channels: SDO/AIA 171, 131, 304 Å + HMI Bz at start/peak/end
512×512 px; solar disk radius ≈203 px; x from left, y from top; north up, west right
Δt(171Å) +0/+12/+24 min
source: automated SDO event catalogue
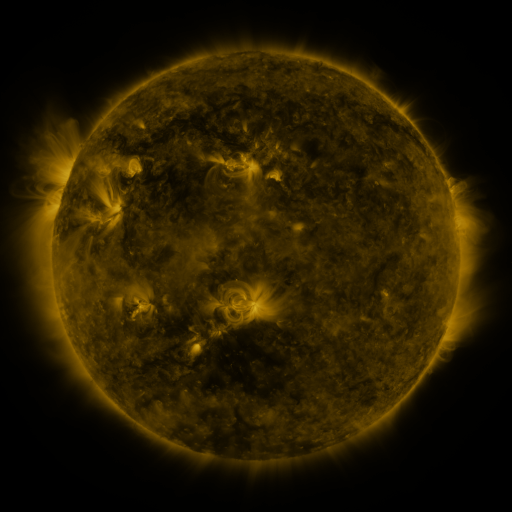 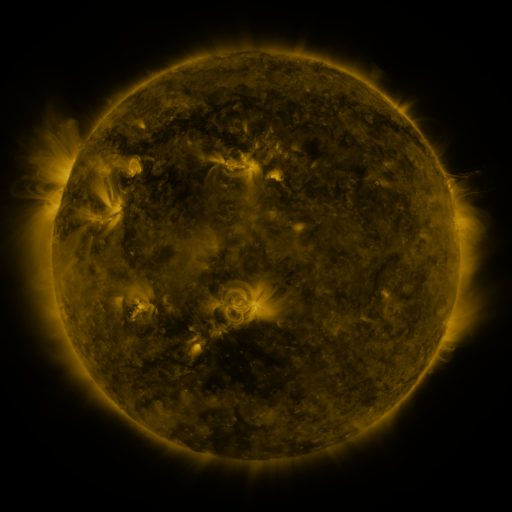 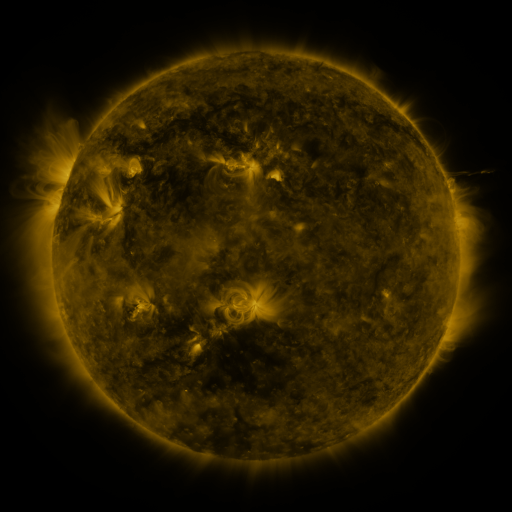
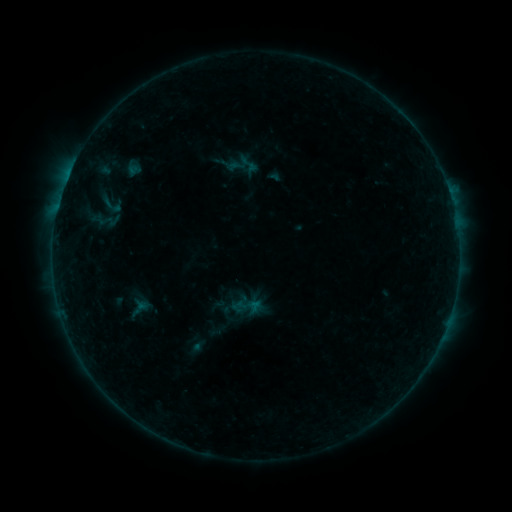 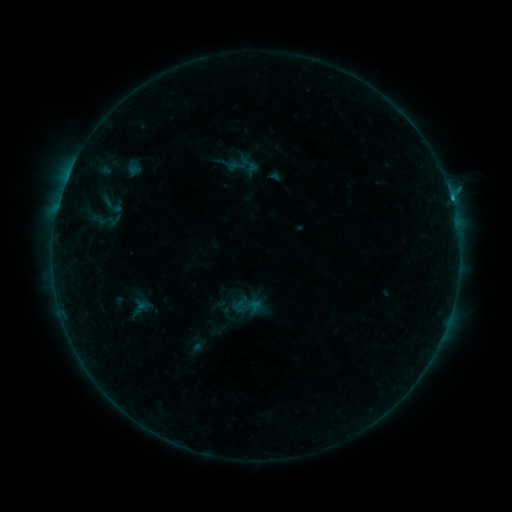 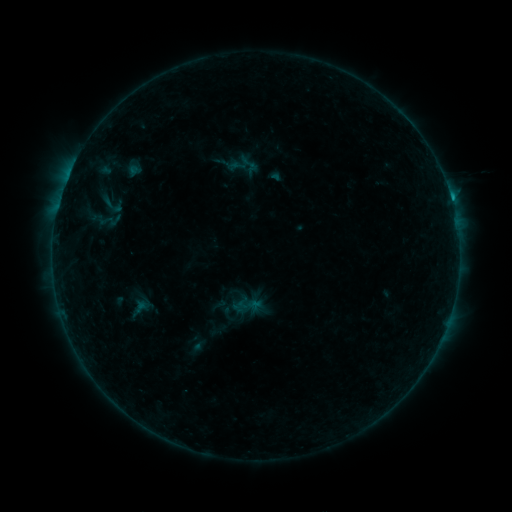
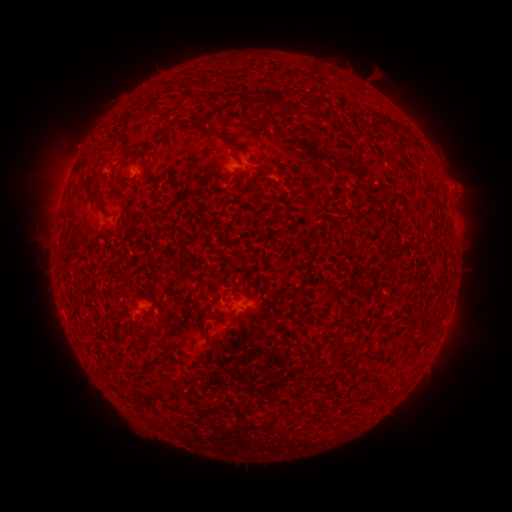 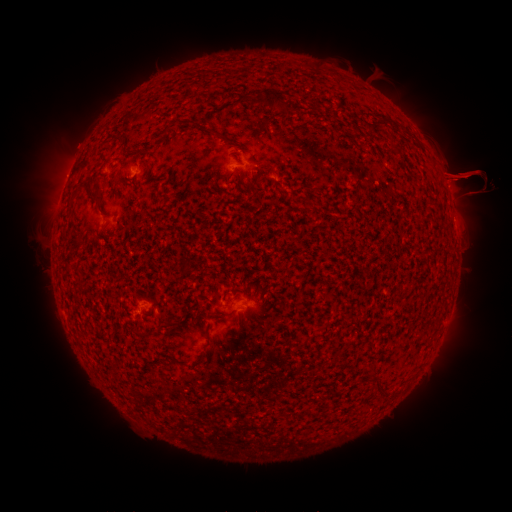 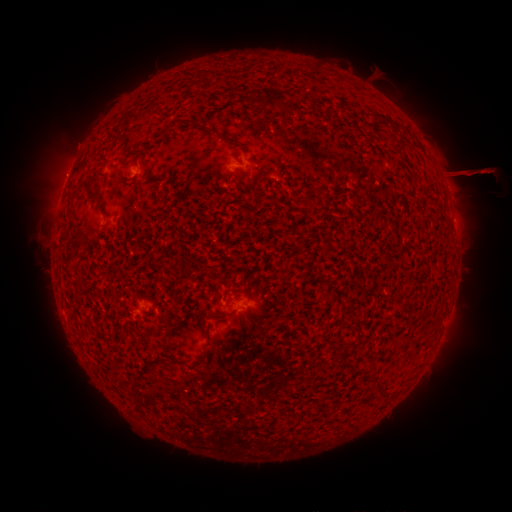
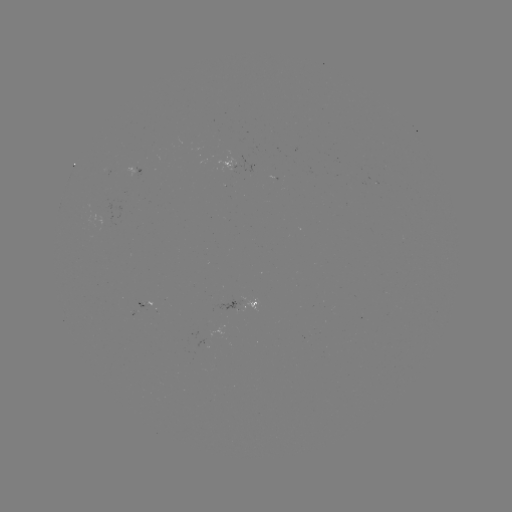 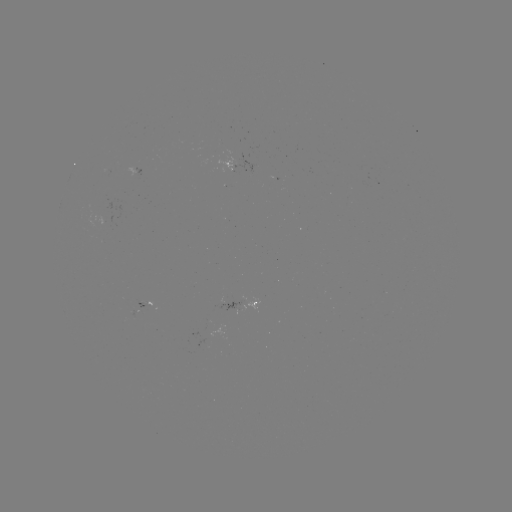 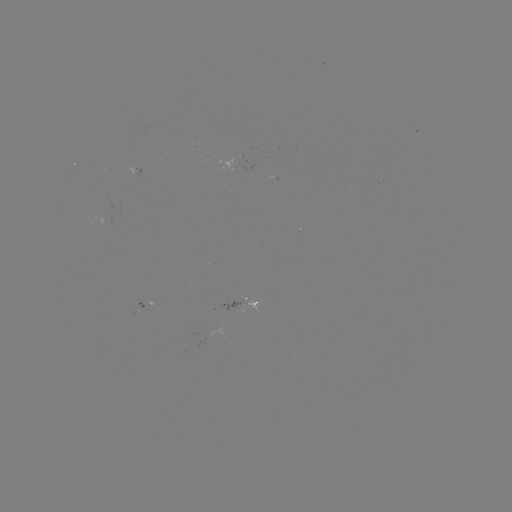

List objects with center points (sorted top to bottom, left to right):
eruption: (23, 181)
